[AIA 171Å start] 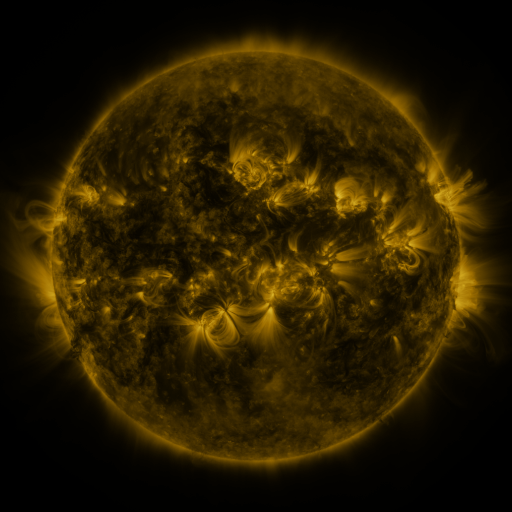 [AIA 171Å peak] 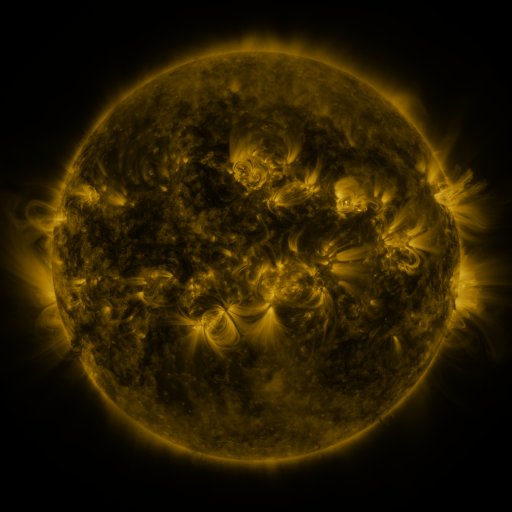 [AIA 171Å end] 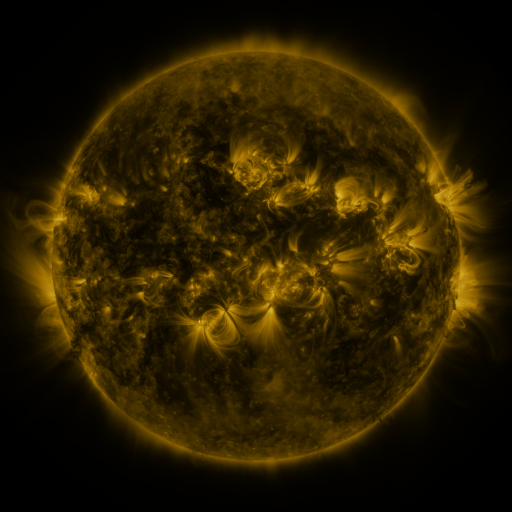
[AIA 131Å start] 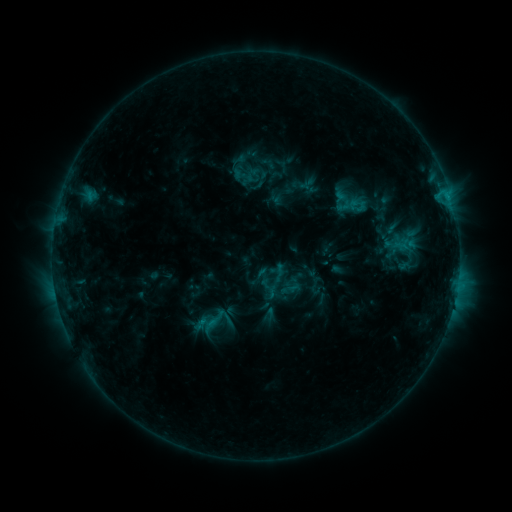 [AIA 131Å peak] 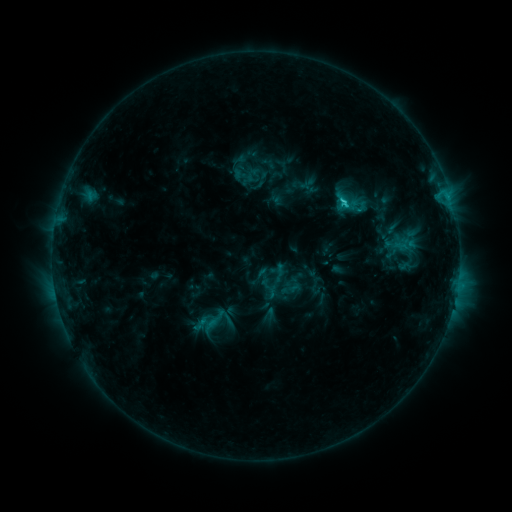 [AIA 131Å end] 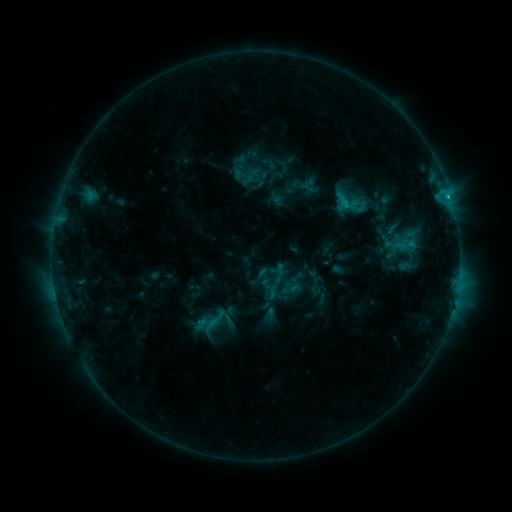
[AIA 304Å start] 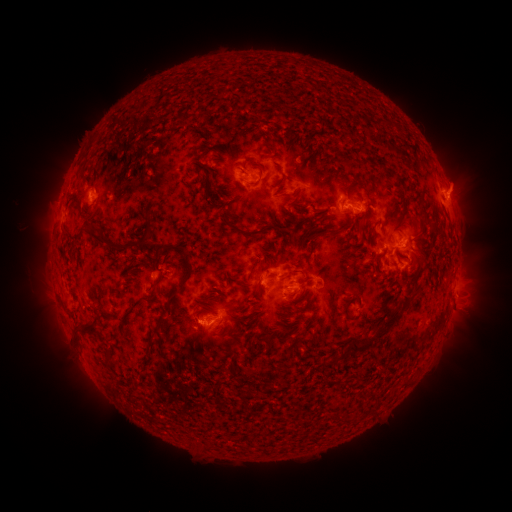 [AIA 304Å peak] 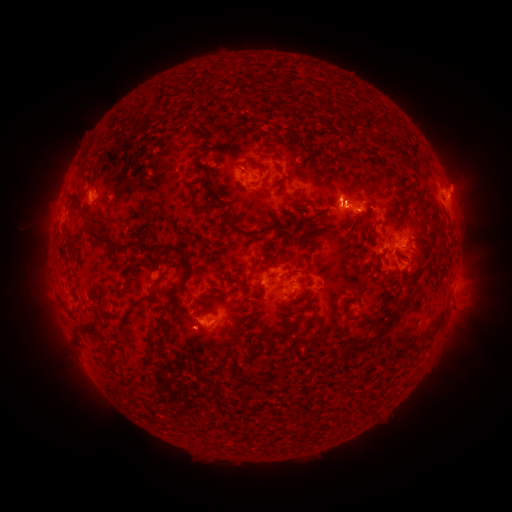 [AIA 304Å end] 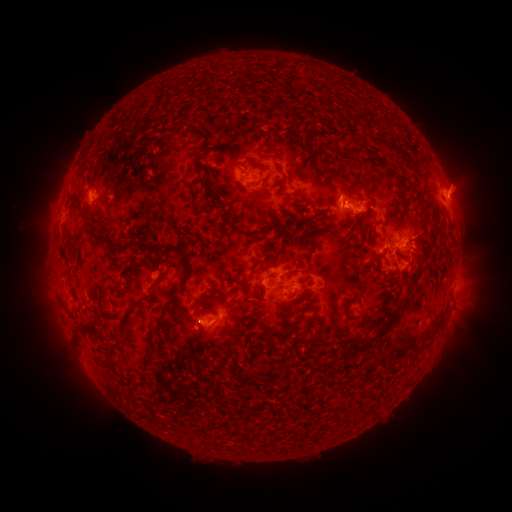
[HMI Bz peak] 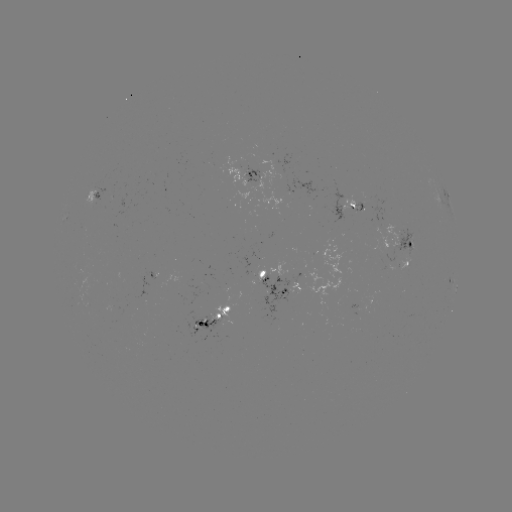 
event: flare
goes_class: C2.0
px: (341, 204)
